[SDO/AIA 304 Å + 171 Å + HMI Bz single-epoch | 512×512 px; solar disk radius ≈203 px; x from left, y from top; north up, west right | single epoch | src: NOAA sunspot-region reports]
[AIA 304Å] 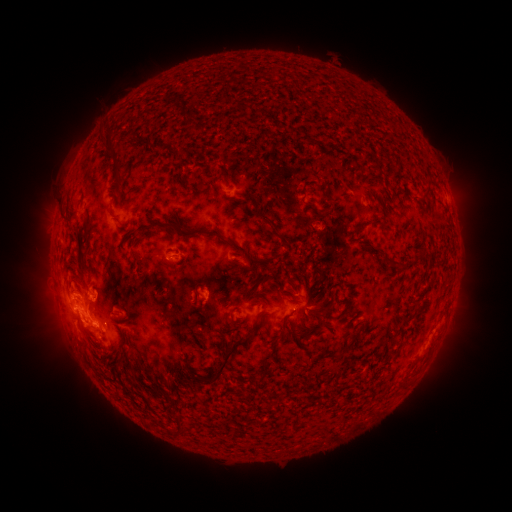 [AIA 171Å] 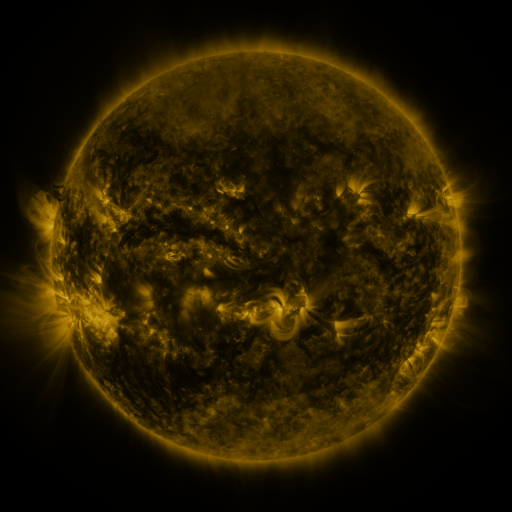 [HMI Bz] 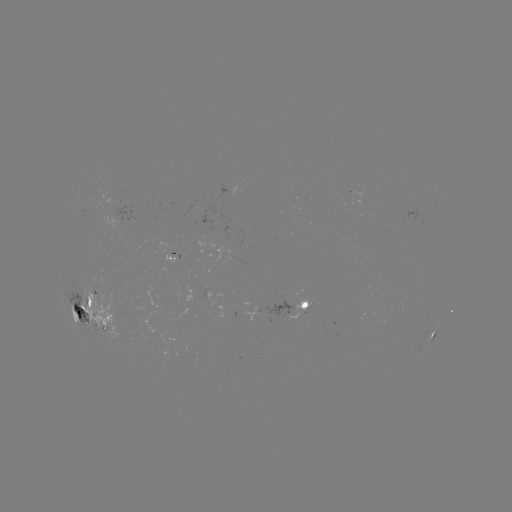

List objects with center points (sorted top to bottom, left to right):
spotted active region: (297, 306)
spotted active region: (91, 312)
spotted active region: (435, 331)
